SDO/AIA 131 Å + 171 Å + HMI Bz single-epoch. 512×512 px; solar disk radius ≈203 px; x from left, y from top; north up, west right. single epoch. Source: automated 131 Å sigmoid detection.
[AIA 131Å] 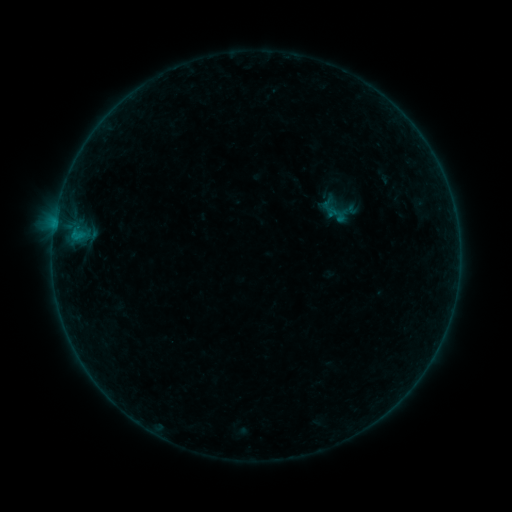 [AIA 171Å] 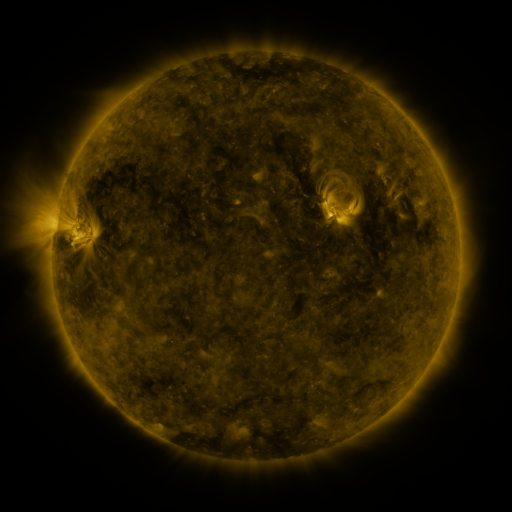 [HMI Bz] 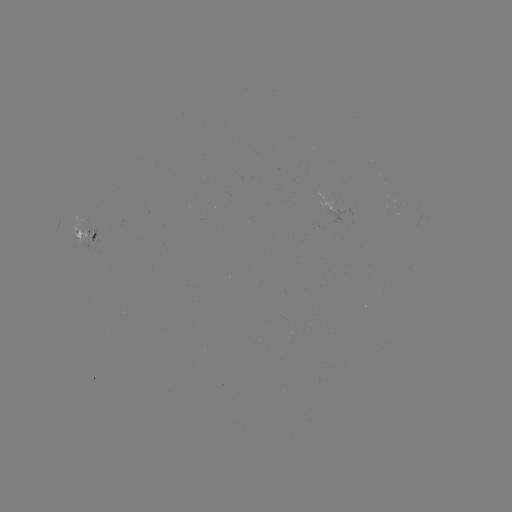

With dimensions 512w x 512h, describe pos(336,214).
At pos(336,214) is sigmoid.